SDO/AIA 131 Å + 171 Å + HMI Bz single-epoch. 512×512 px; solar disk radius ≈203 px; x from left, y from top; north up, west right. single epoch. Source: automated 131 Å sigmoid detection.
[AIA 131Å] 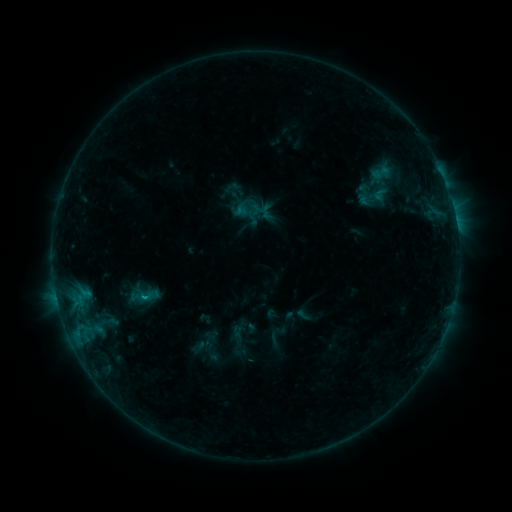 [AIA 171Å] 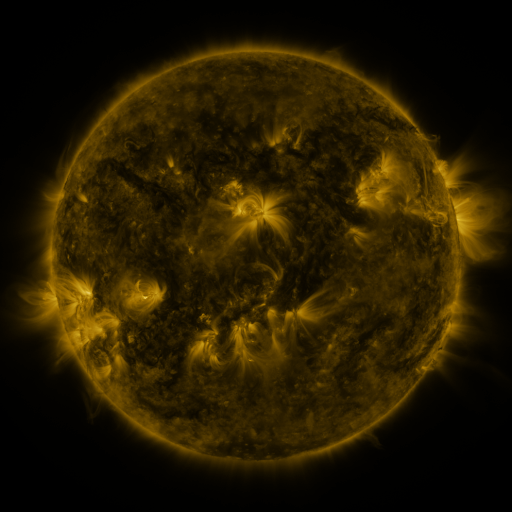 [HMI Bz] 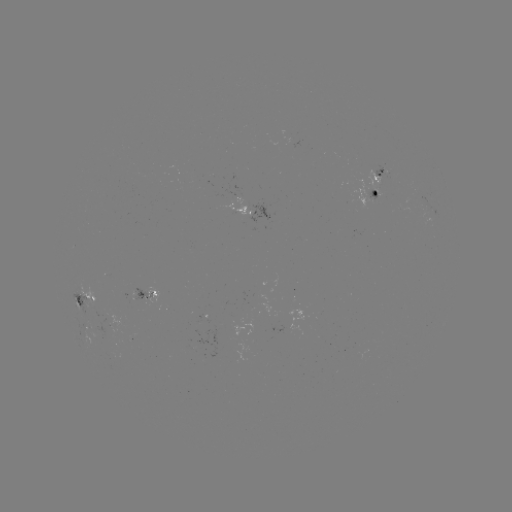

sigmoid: [138, 288, 157, 304]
